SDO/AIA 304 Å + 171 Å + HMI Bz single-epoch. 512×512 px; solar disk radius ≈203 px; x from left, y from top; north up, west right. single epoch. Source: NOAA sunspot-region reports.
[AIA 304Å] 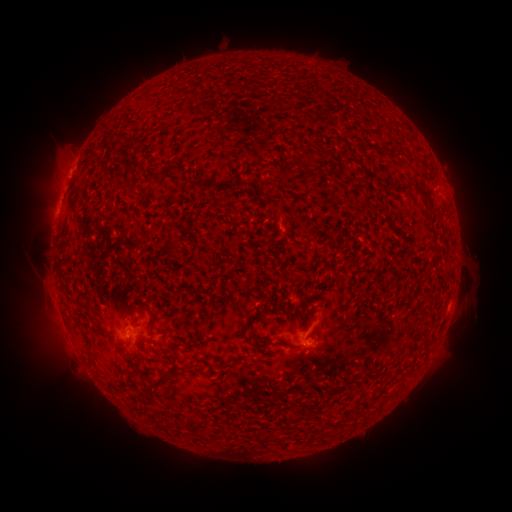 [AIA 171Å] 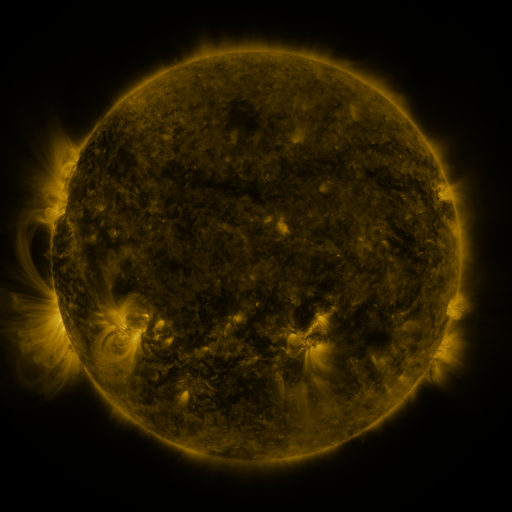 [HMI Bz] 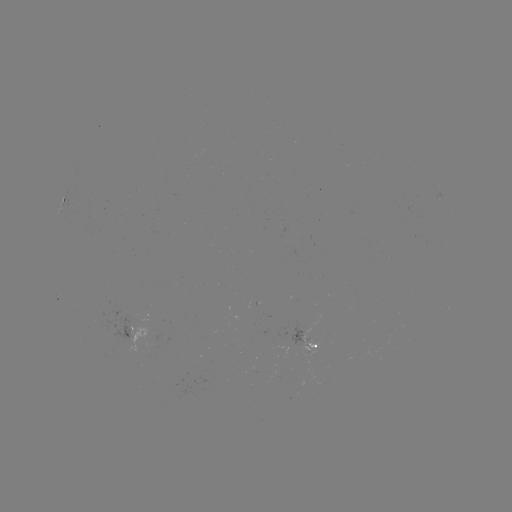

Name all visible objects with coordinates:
spotted active region: (133, 332)
spotted active region: (311, 344)
